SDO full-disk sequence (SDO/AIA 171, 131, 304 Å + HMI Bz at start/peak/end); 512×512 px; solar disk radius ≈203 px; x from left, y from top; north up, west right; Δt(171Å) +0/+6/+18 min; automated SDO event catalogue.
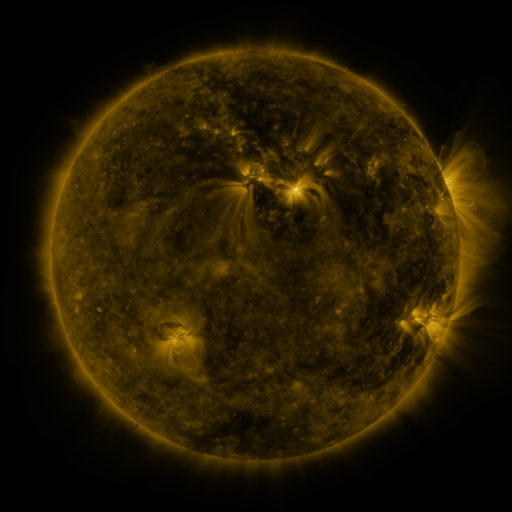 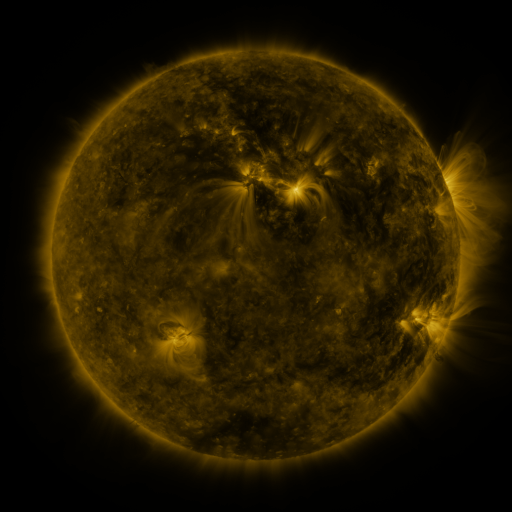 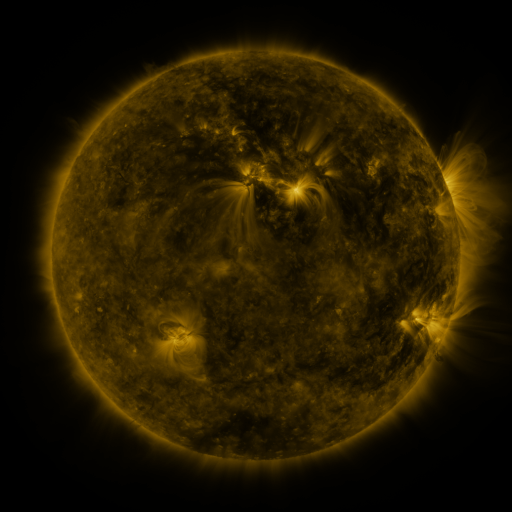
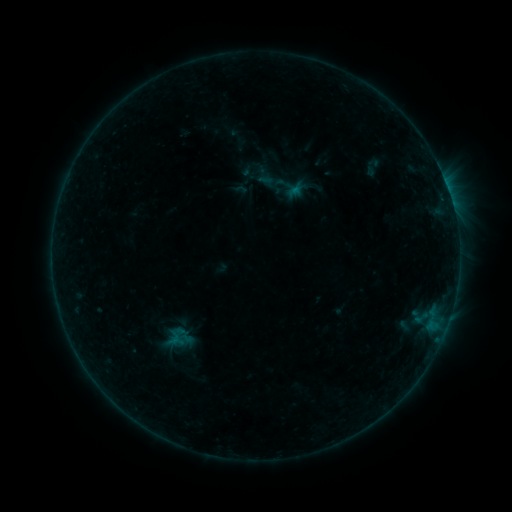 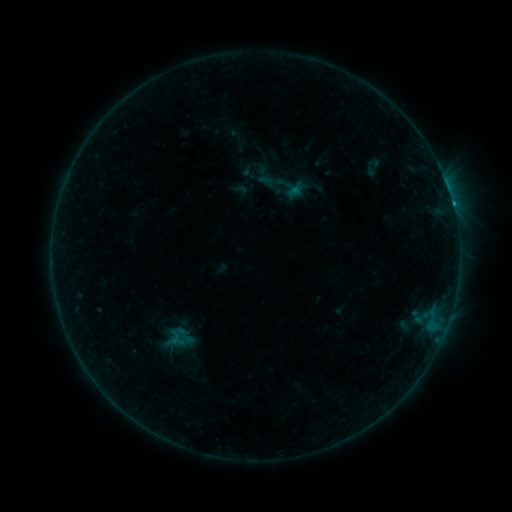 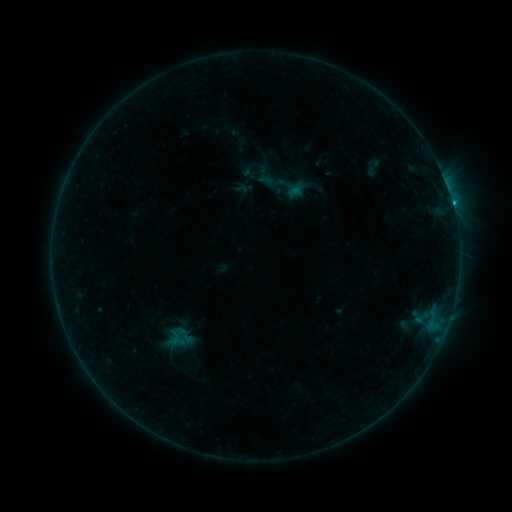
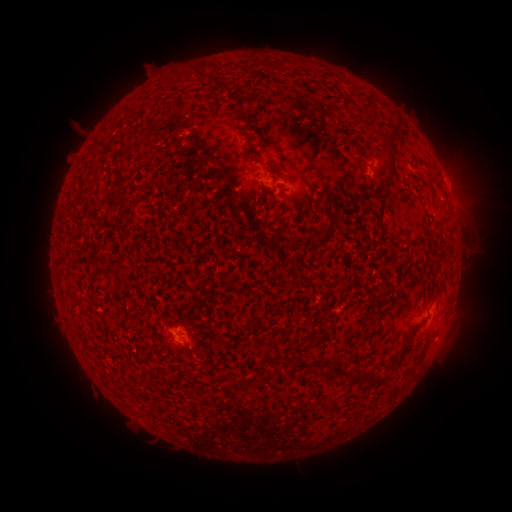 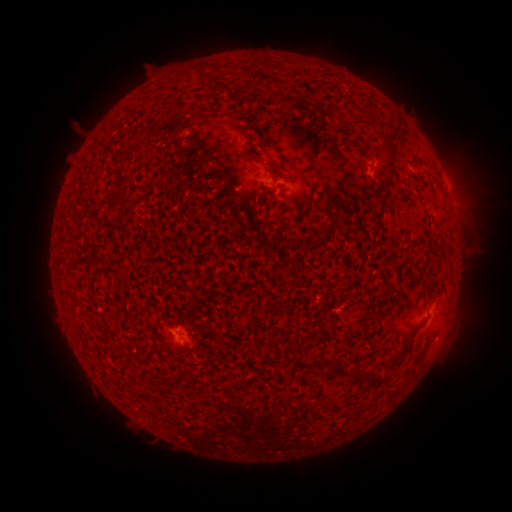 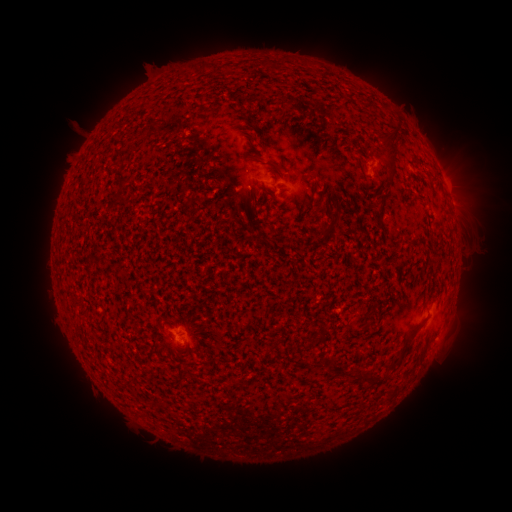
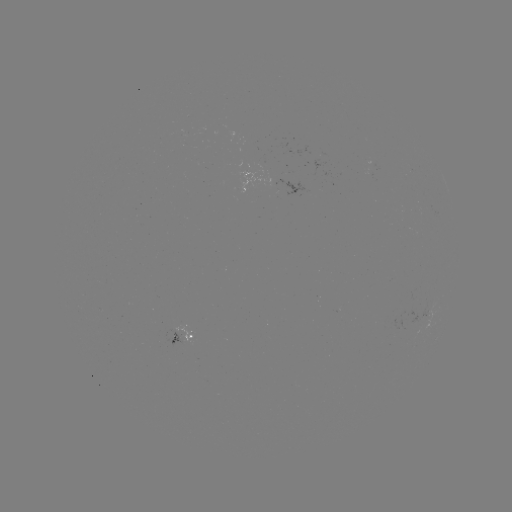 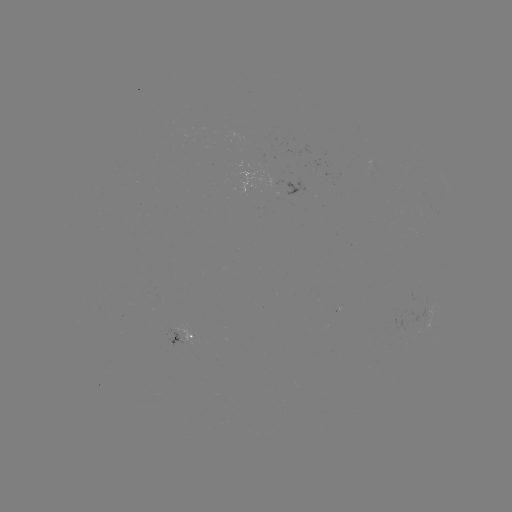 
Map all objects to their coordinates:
B5.4 flare: (438, 338)
